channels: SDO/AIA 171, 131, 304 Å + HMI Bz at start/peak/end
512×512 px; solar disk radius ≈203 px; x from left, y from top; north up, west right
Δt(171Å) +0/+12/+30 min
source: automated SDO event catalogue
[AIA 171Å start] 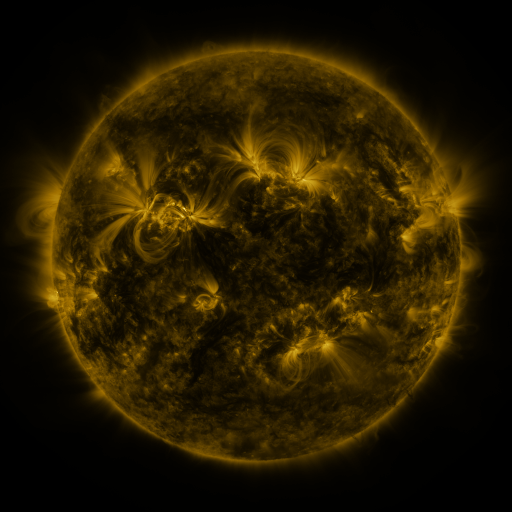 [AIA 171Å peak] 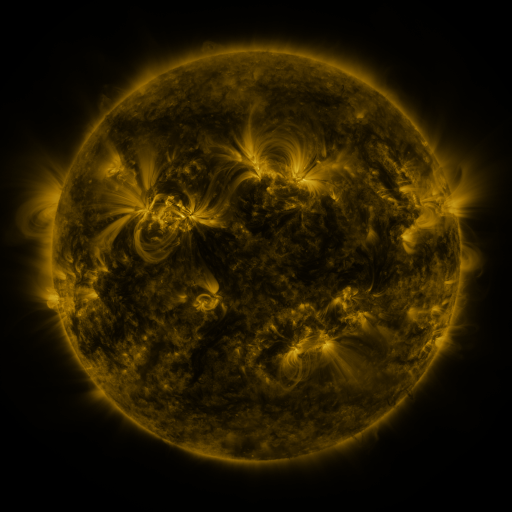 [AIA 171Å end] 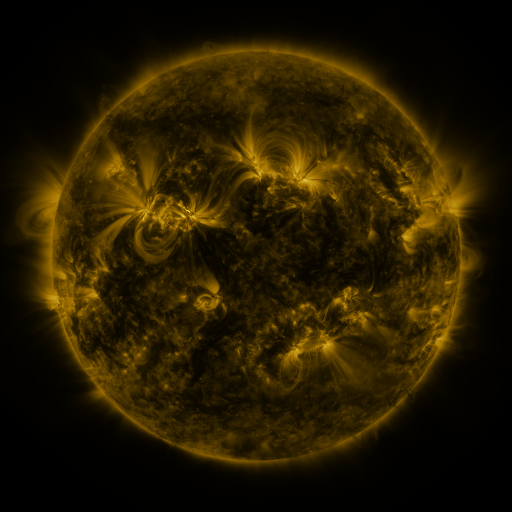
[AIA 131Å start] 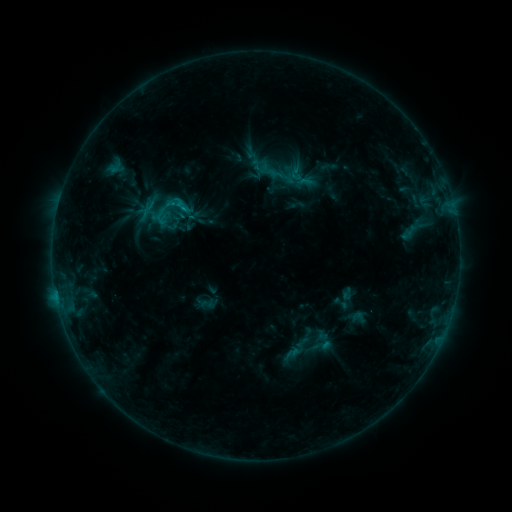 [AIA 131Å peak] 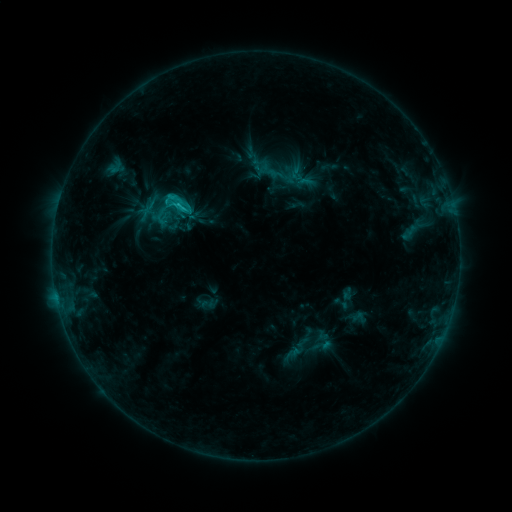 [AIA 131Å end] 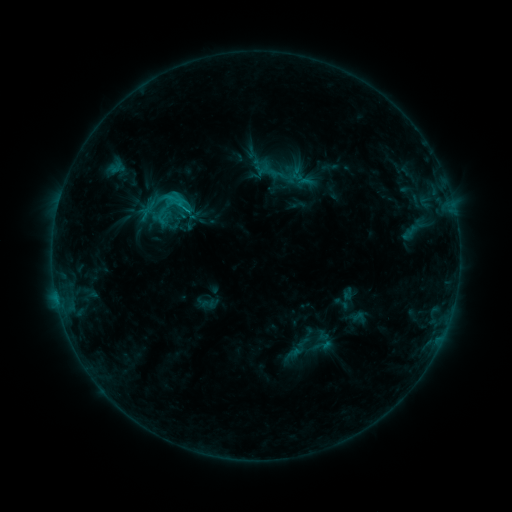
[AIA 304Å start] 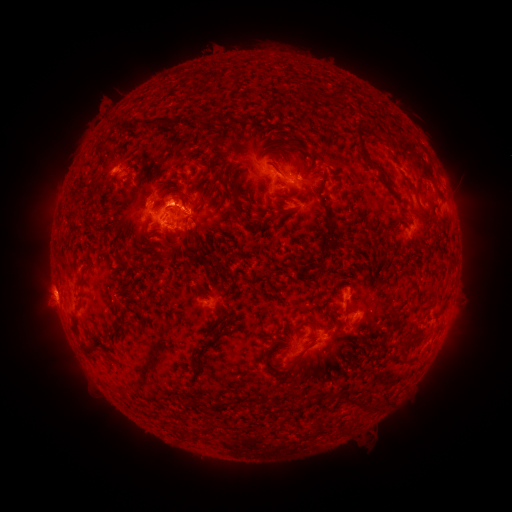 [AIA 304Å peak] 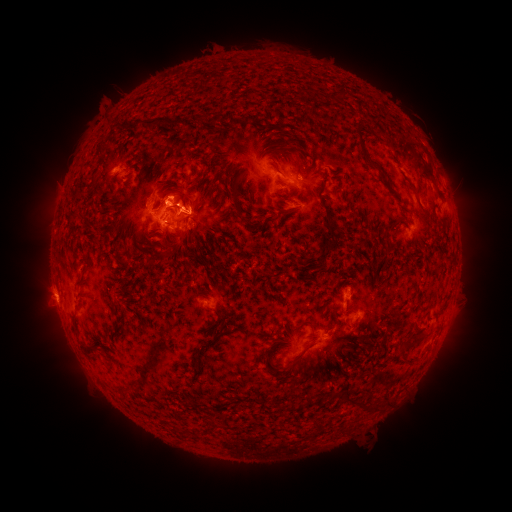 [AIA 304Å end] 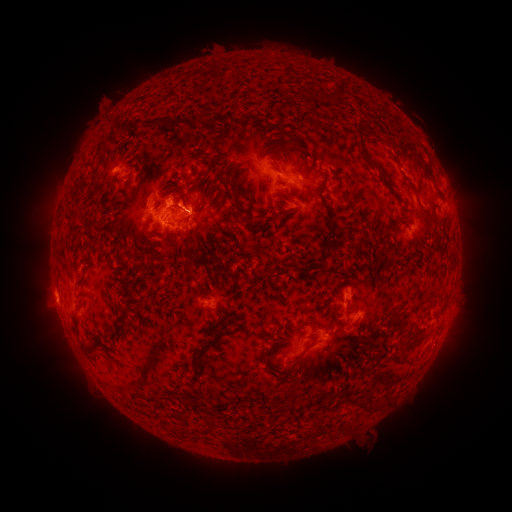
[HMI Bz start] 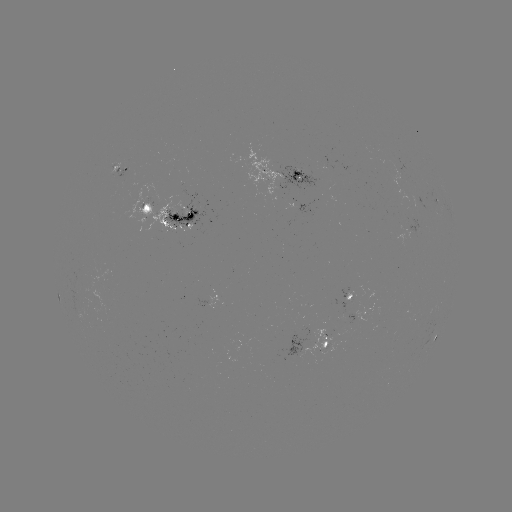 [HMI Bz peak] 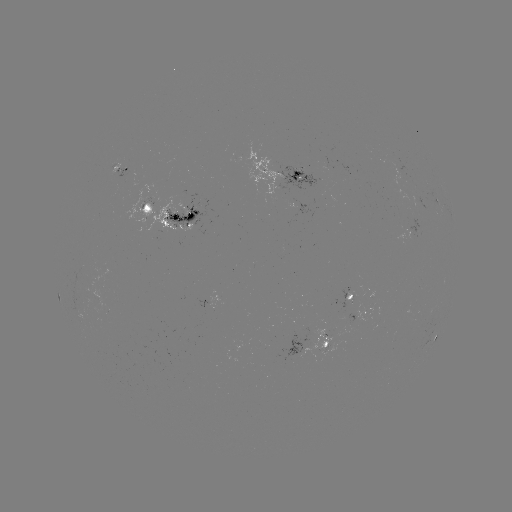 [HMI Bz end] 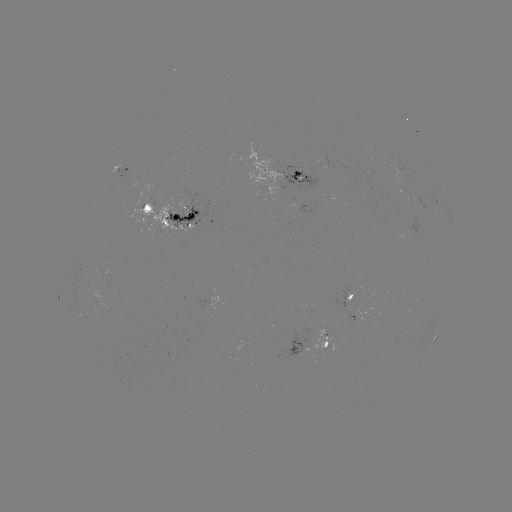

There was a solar flare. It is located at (180, 206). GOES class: C2.0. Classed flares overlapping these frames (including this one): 1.